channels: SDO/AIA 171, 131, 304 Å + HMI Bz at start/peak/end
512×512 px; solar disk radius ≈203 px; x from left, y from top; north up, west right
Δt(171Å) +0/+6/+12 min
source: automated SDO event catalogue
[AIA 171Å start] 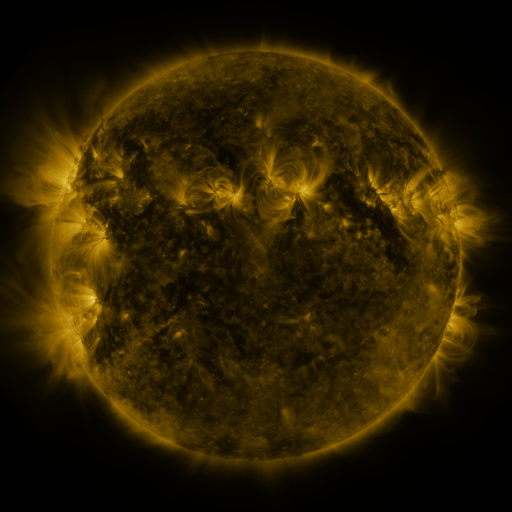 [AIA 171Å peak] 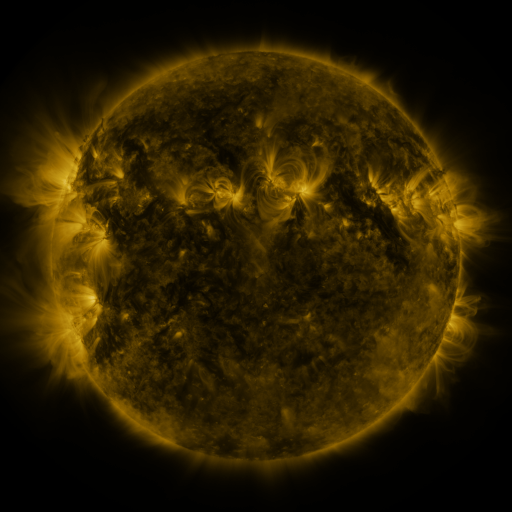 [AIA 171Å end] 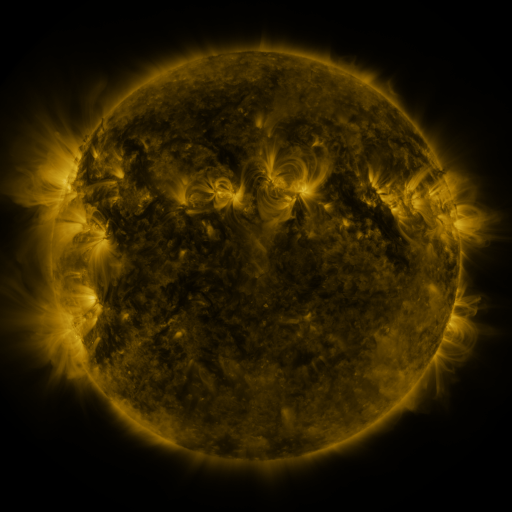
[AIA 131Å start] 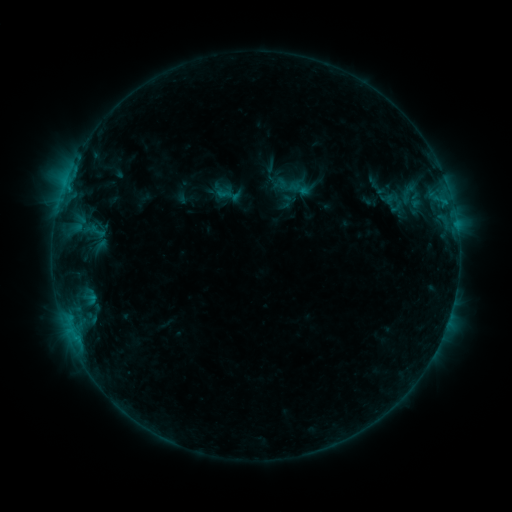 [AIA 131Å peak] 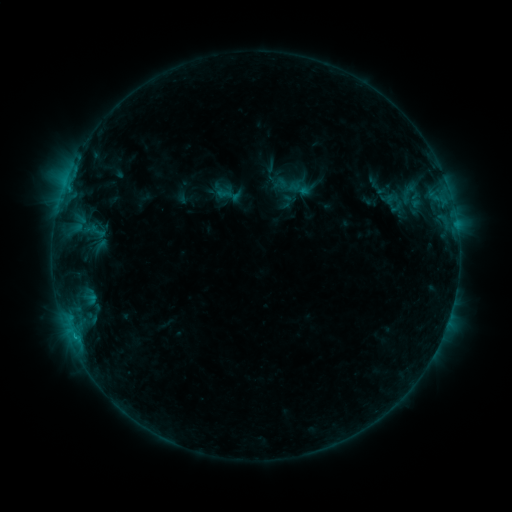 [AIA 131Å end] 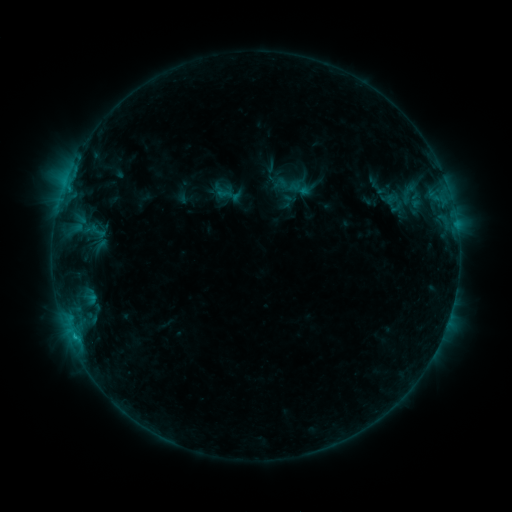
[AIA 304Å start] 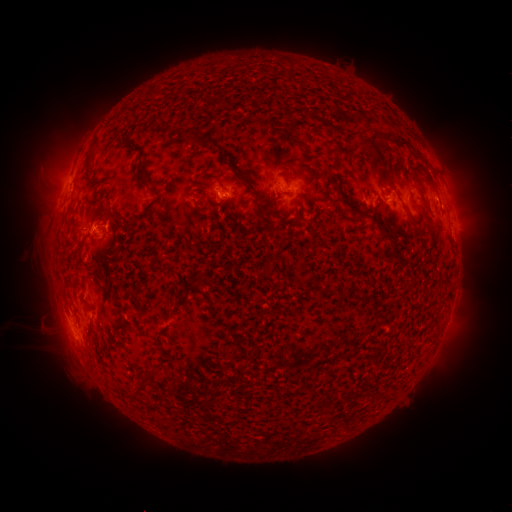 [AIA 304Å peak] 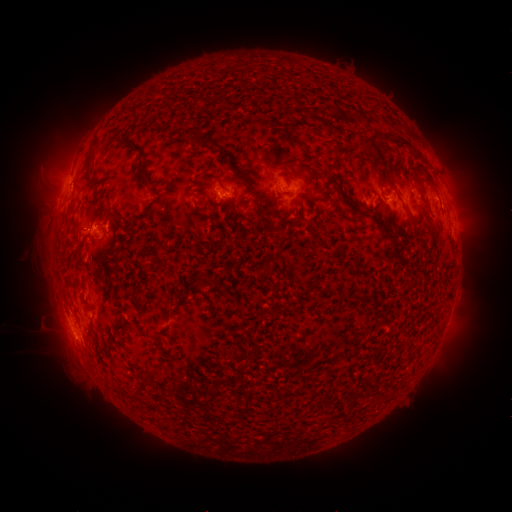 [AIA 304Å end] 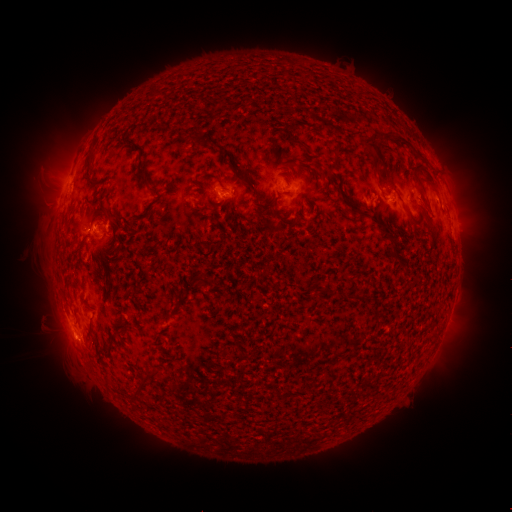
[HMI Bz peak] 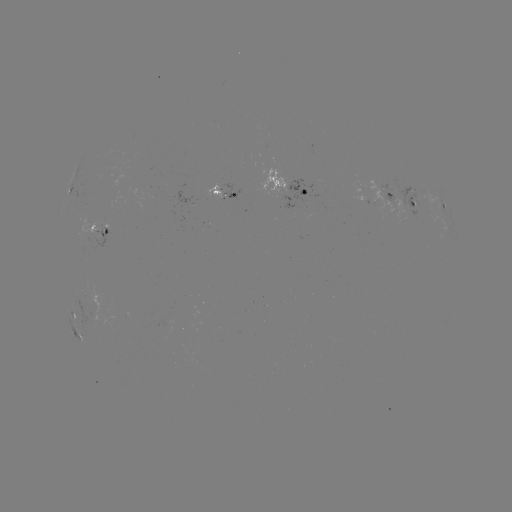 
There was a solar flare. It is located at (75, 336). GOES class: C1.1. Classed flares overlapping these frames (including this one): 1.